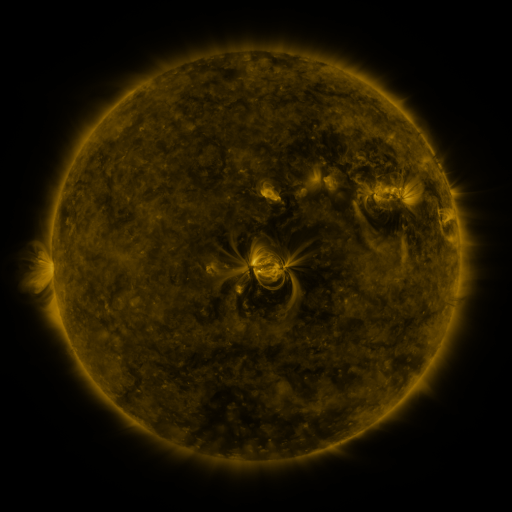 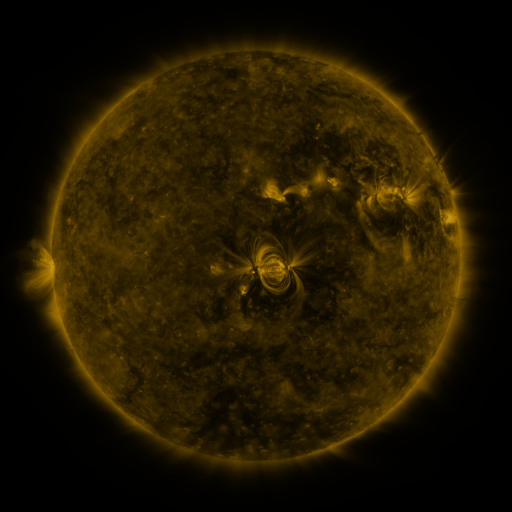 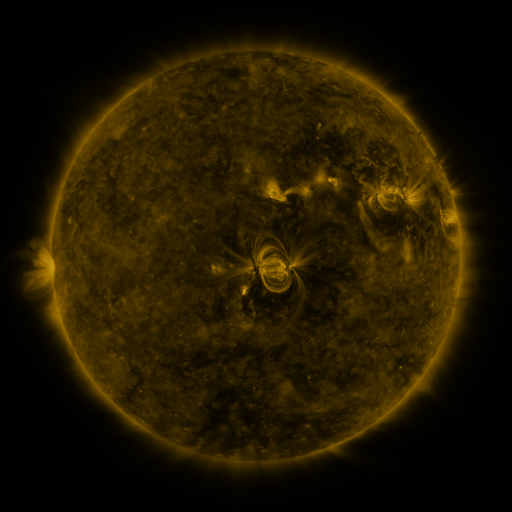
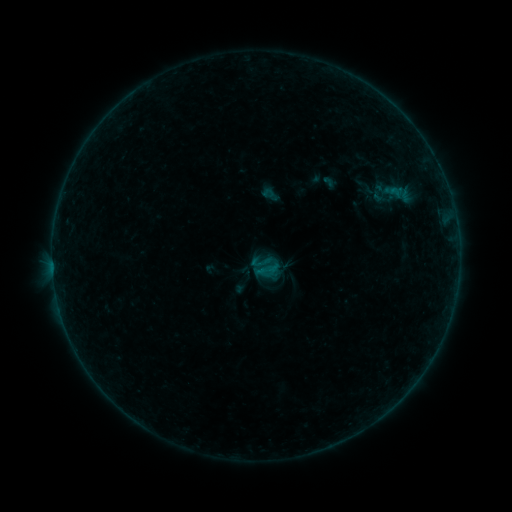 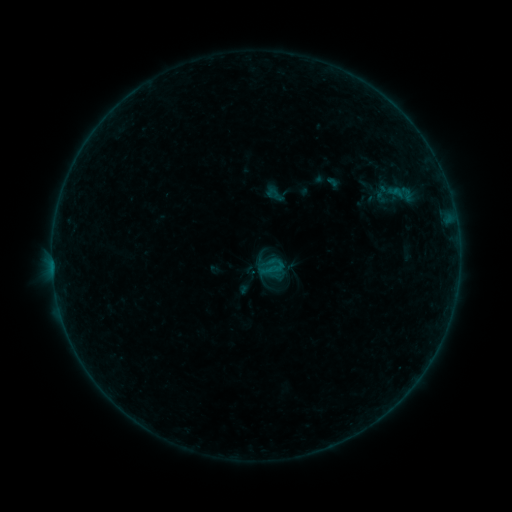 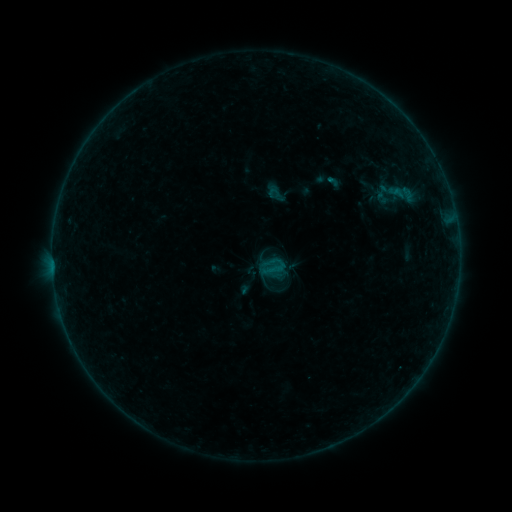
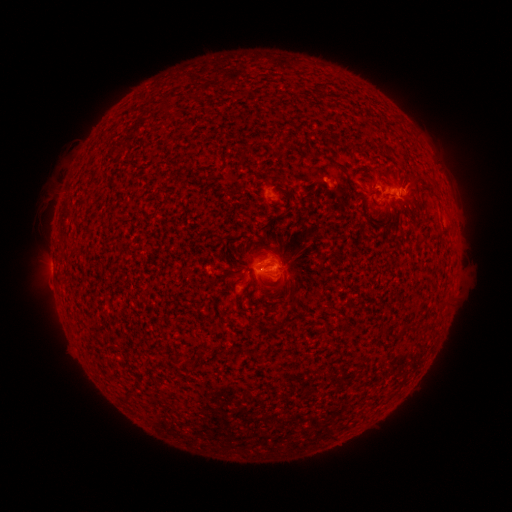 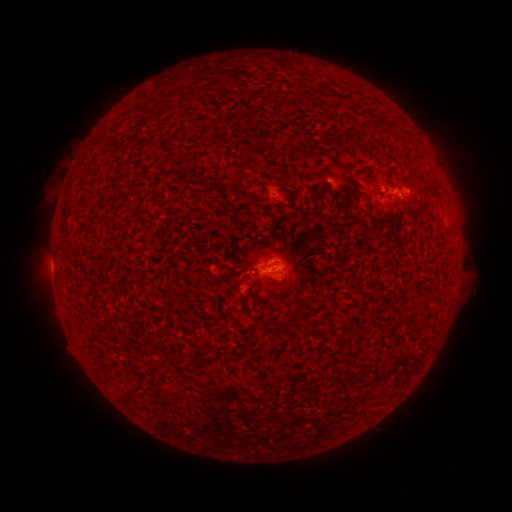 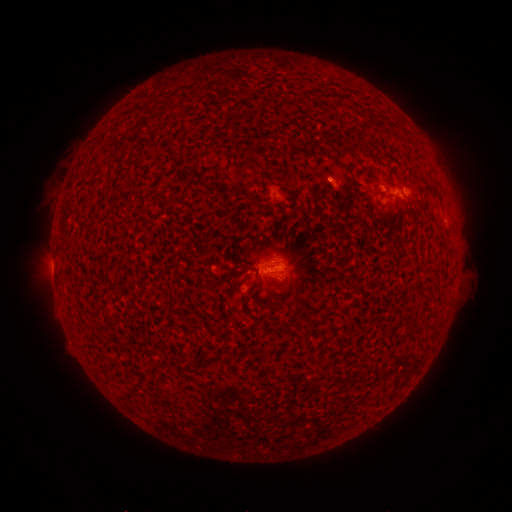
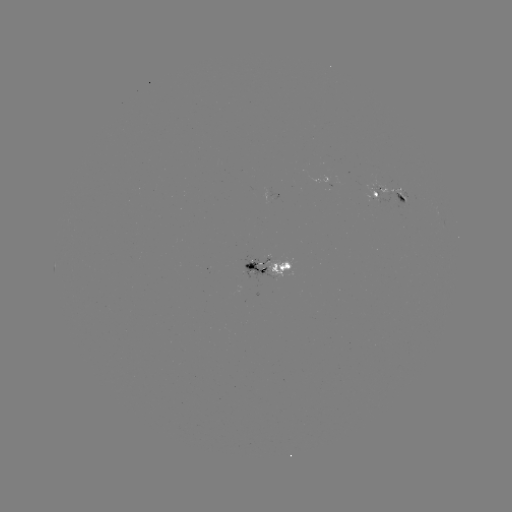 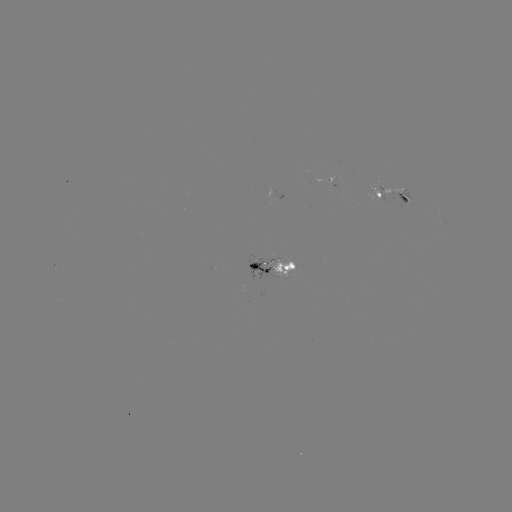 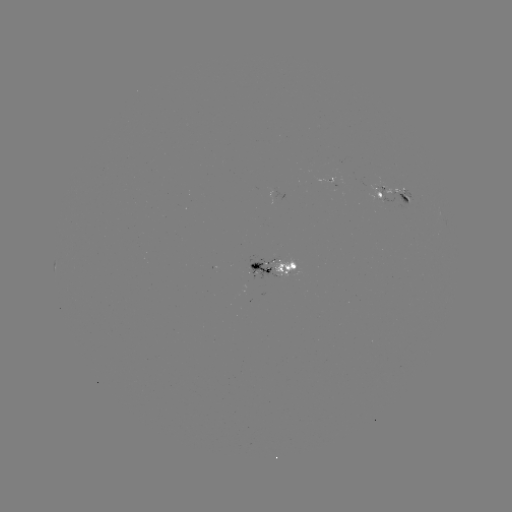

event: emerging-flux region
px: (399, 188)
